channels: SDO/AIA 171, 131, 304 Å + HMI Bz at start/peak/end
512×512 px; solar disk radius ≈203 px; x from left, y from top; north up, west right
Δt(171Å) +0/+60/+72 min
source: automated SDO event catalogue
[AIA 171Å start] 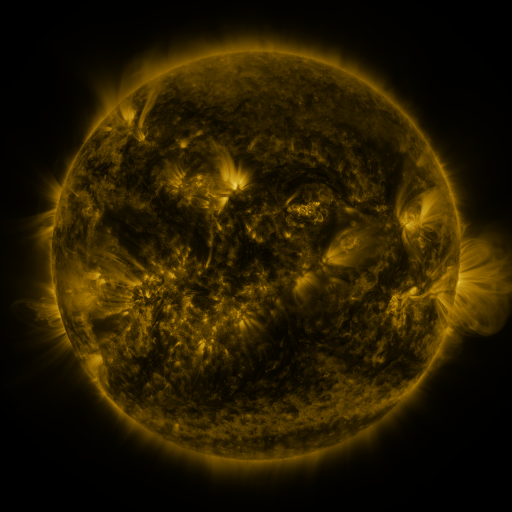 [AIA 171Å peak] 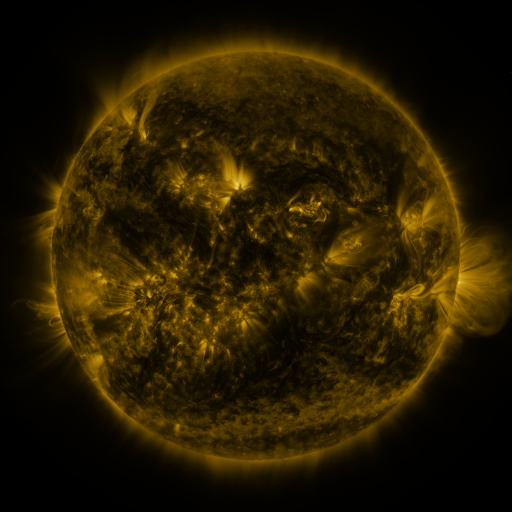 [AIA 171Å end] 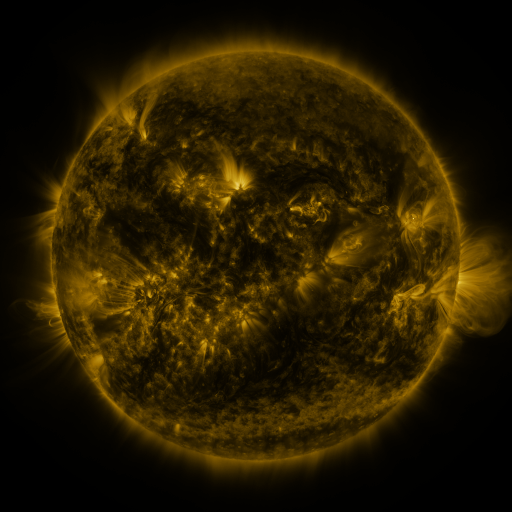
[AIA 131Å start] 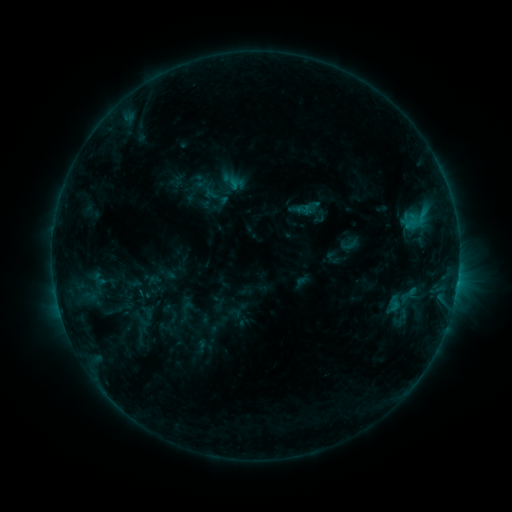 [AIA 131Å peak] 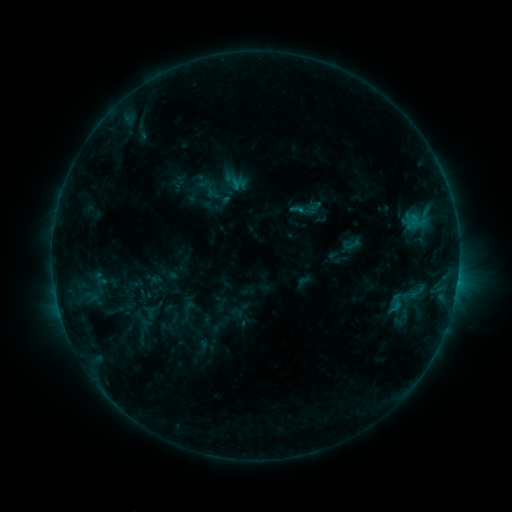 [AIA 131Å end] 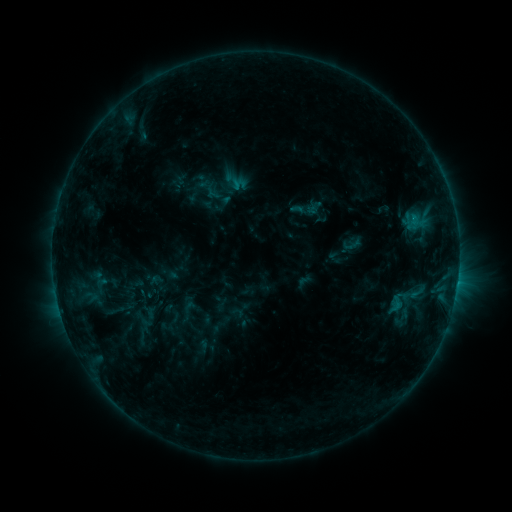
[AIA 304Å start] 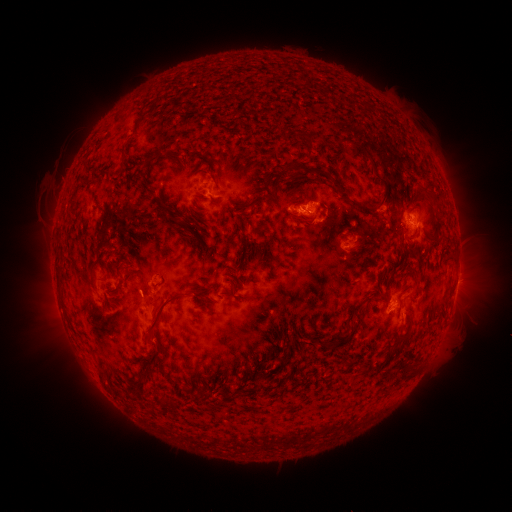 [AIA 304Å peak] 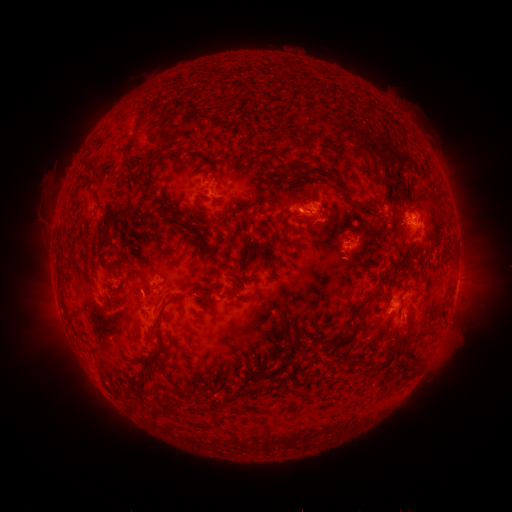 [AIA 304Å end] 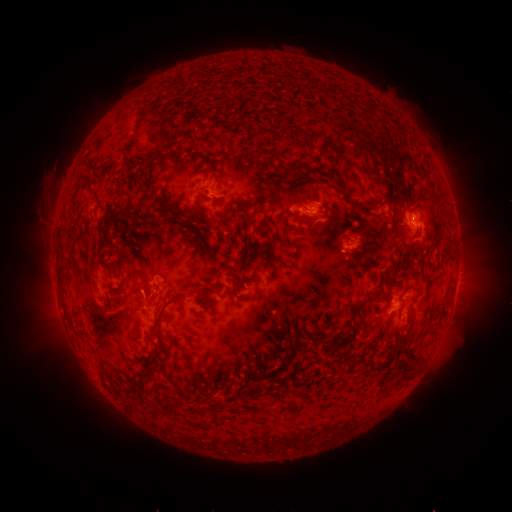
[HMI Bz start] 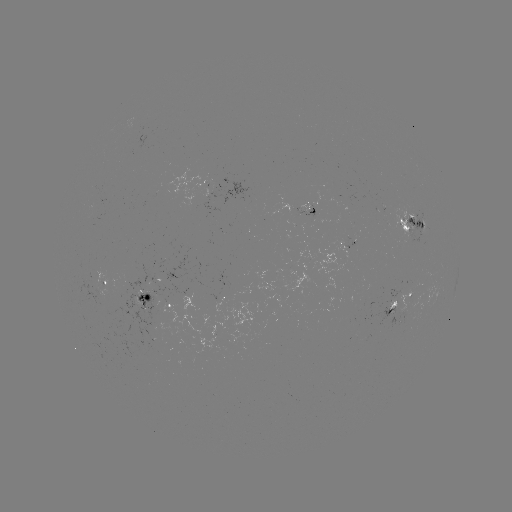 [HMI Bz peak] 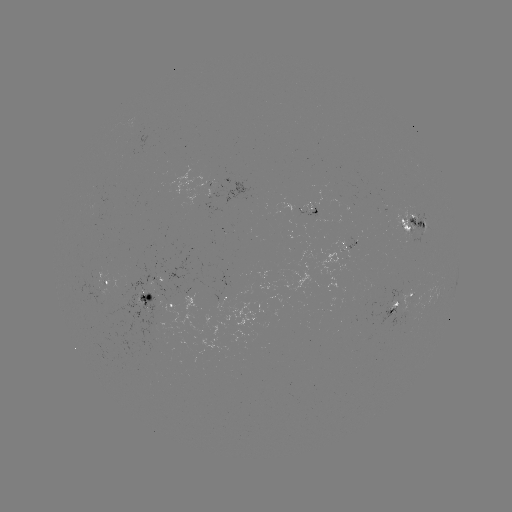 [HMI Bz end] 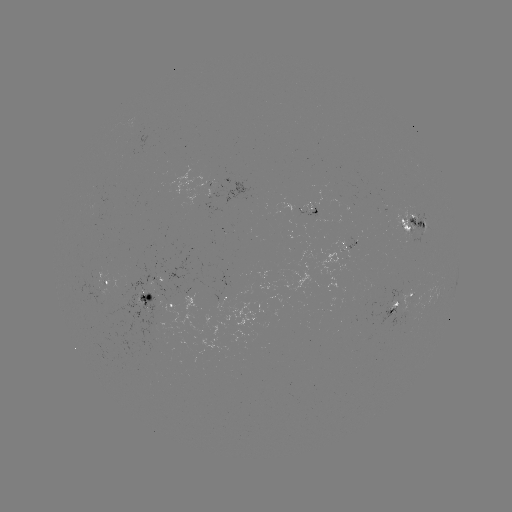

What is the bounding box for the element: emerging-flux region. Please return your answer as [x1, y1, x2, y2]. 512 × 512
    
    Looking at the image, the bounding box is [155, 260, 191, 283].